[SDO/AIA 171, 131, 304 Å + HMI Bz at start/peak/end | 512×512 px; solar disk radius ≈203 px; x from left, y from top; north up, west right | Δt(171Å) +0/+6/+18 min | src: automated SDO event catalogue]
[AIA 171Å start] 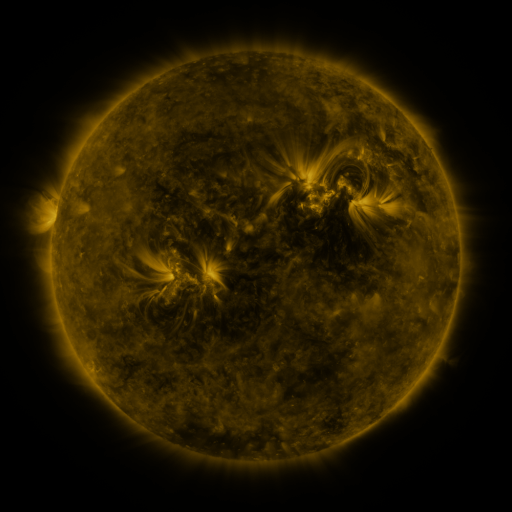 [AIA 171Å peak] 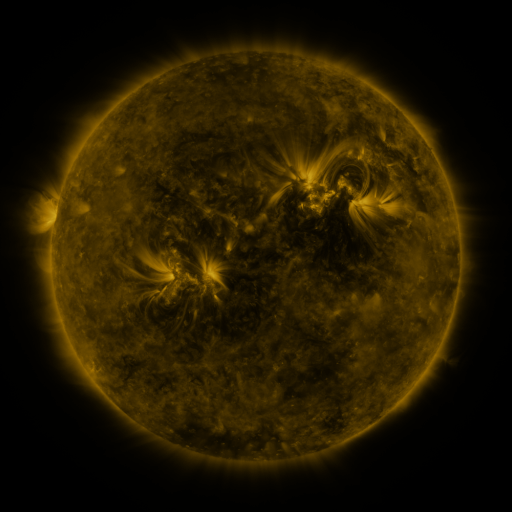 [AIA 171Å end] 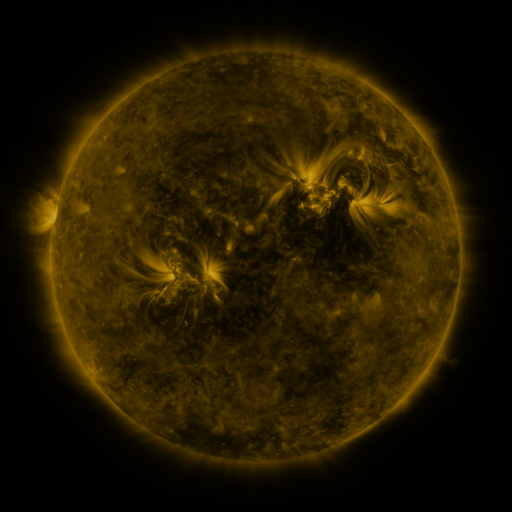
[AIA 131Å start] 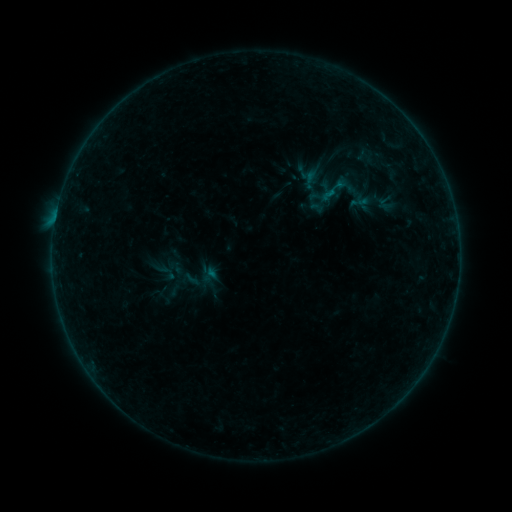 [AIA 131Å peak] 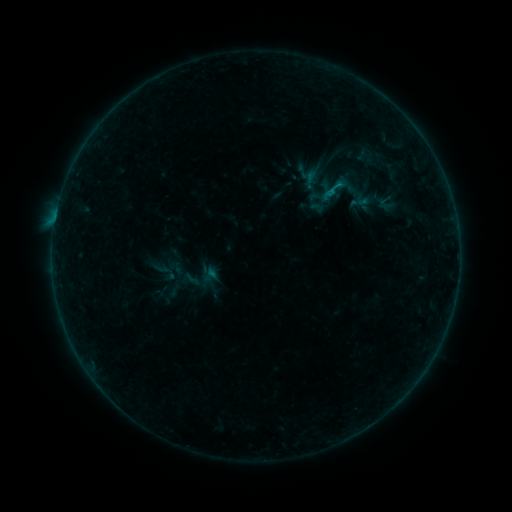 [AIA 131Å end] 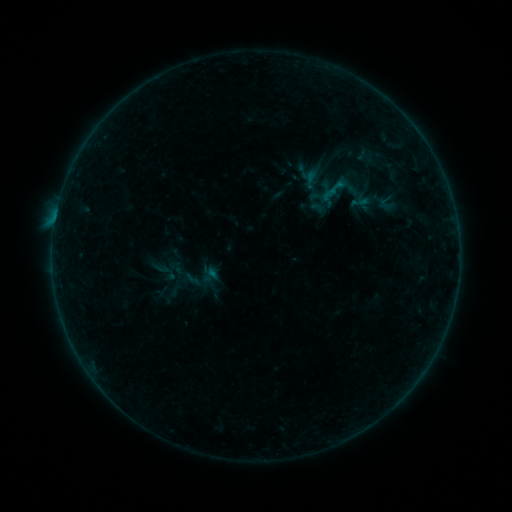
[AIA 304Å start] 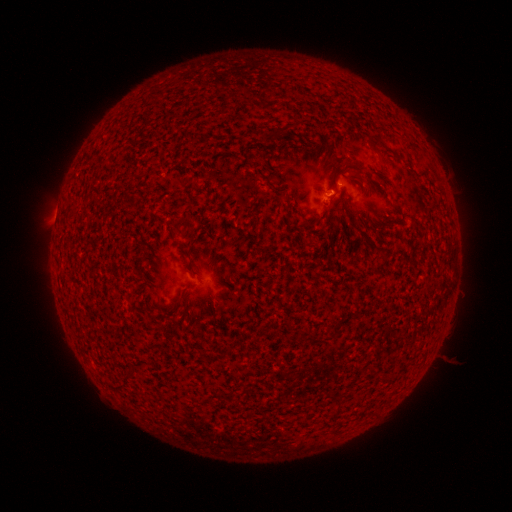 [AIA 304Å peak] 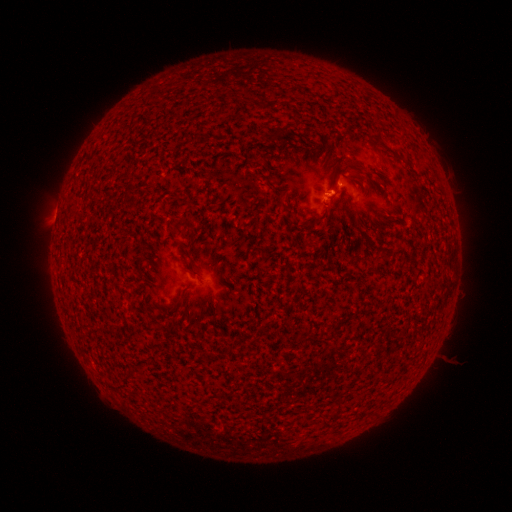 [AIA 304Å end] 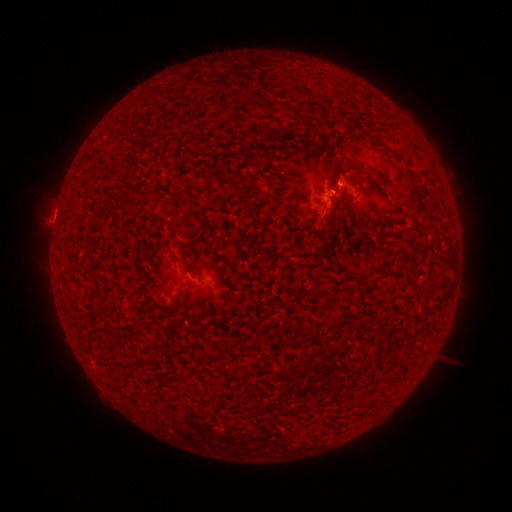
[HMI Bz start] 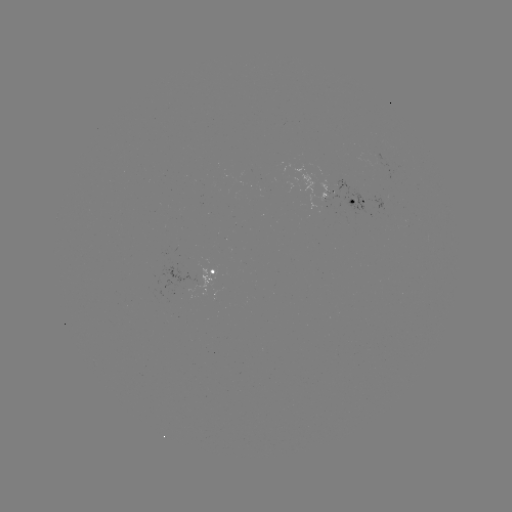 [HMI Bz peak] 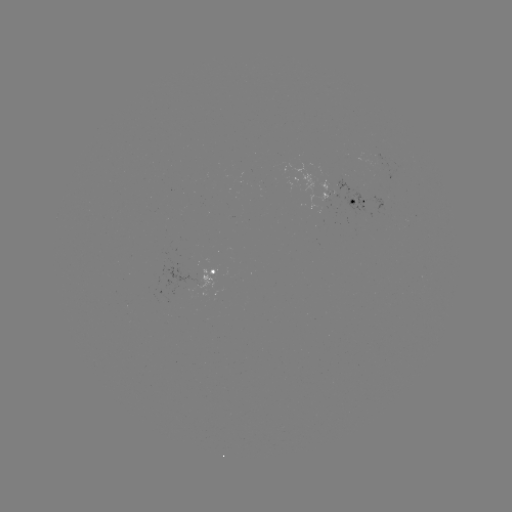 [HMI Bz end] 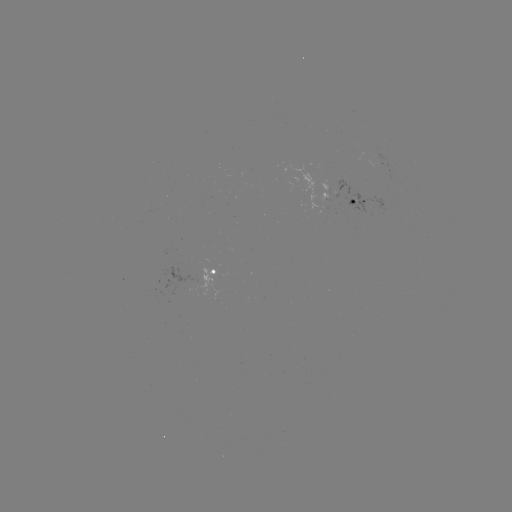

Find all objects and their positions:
B3.4 flare: (330, 192)
